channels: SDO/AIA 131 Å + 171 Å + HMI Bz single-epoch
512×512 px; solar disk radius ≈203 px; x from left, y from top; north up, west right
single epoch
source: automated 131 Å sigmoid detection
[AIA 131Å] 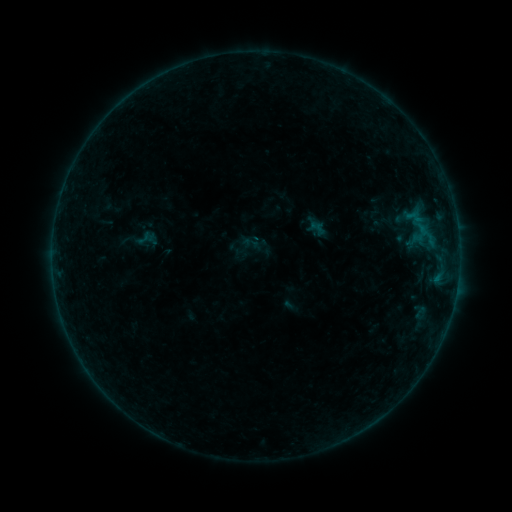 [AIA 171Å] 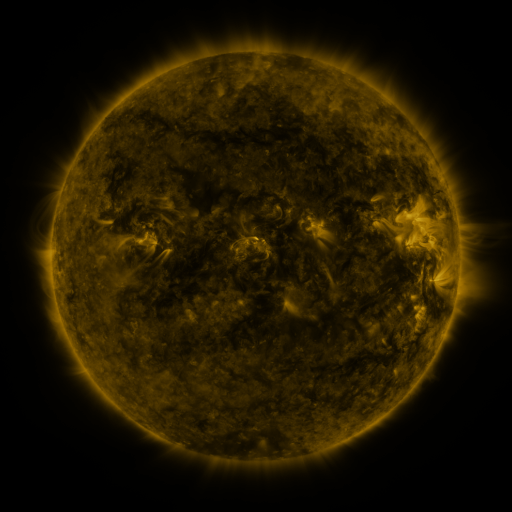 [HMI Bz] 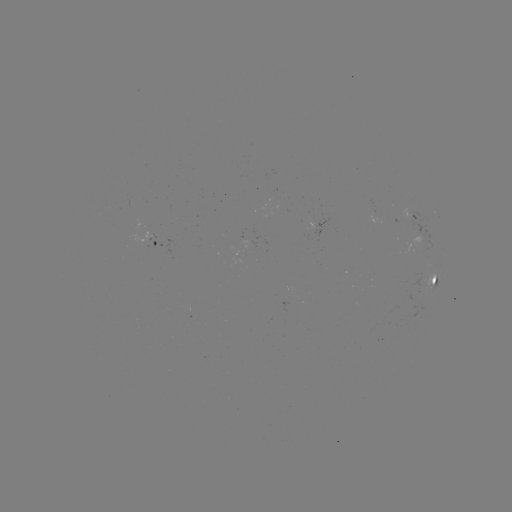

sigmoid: <bbox>133, 225, 161, 254</bbox>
